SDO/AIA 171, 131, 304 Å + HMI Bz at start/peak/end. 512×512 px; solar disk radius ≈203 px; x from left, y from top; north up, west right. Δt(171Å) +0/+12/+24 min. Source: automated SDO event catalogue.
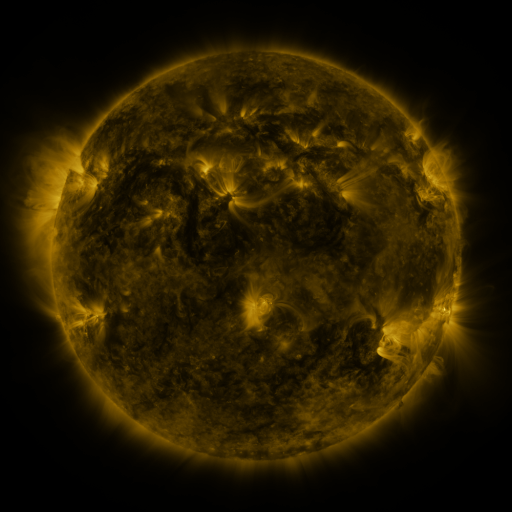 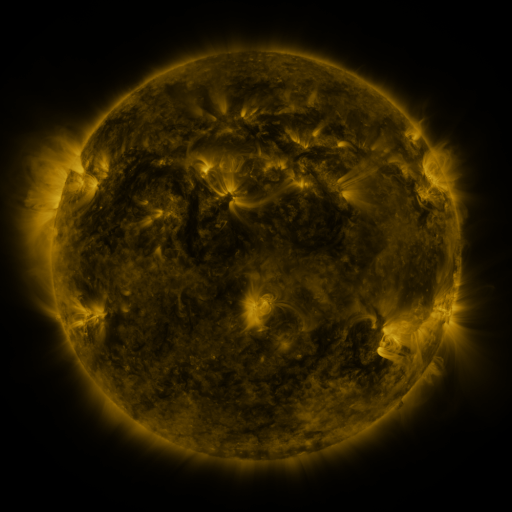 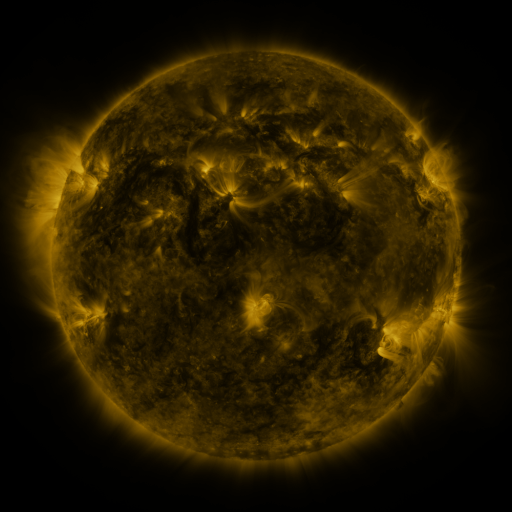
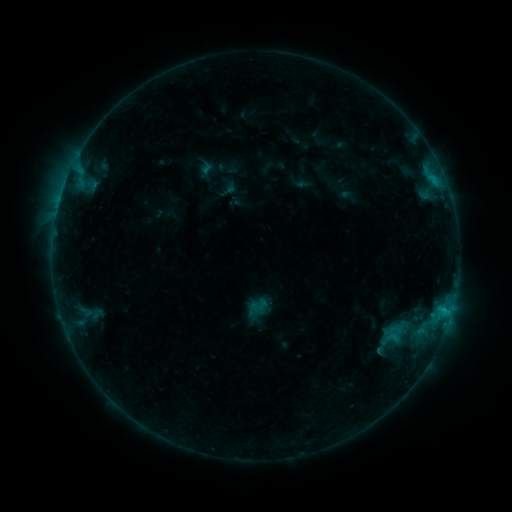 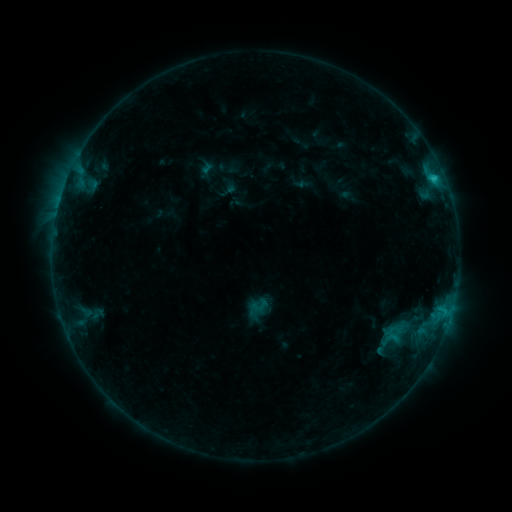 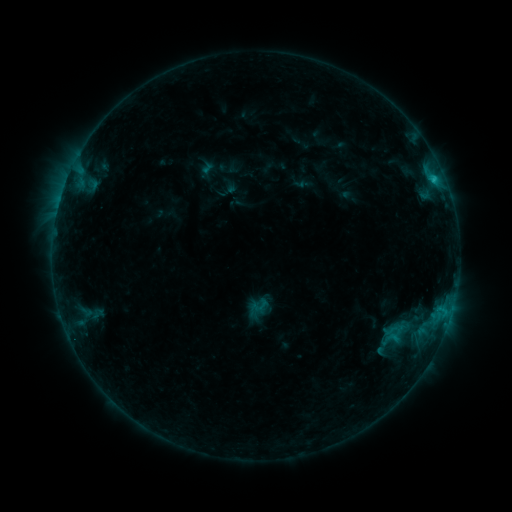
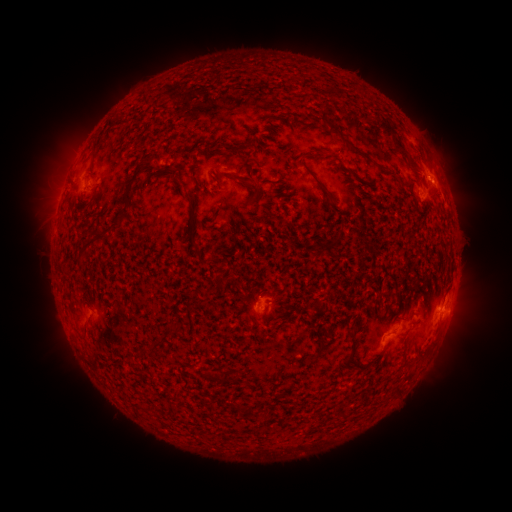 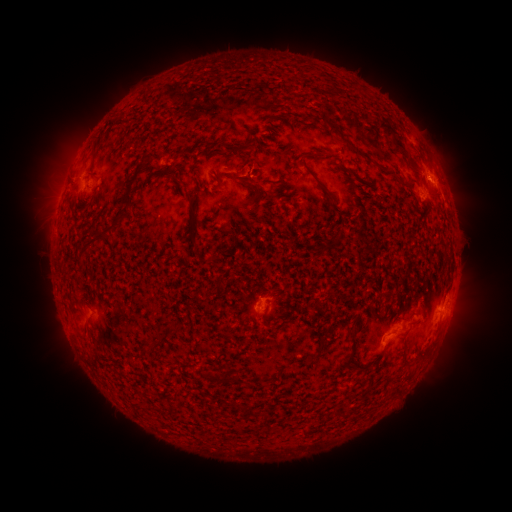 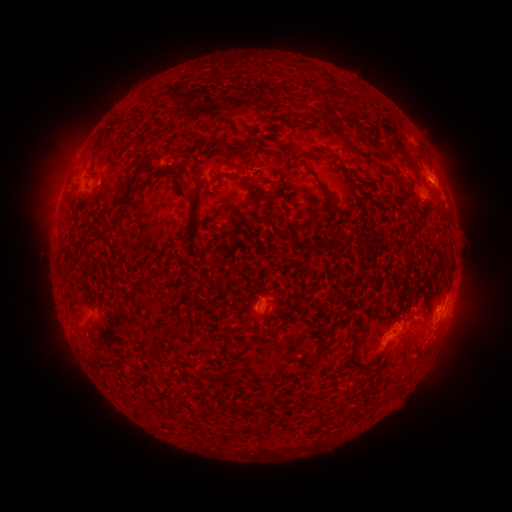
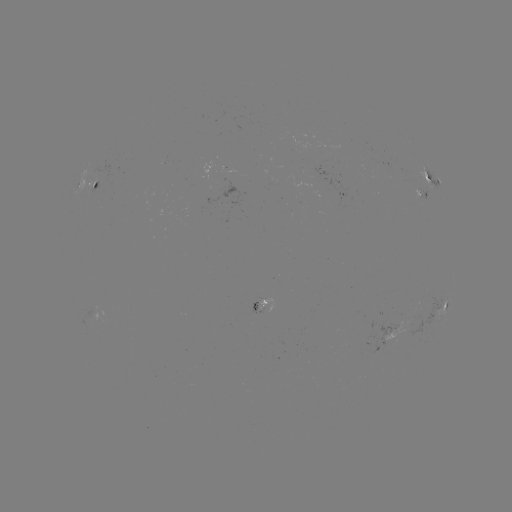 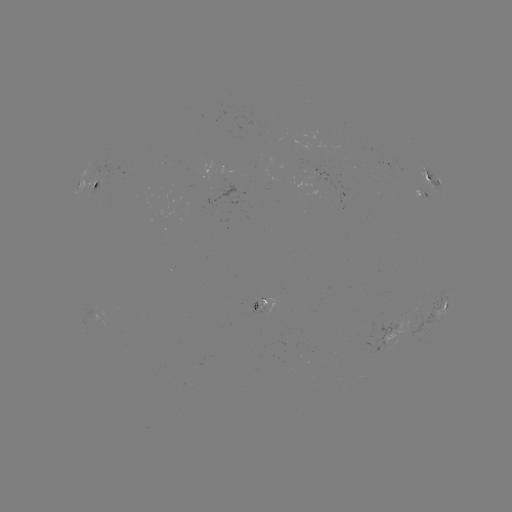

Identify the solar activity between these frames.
C1.0 flare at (433, 181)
